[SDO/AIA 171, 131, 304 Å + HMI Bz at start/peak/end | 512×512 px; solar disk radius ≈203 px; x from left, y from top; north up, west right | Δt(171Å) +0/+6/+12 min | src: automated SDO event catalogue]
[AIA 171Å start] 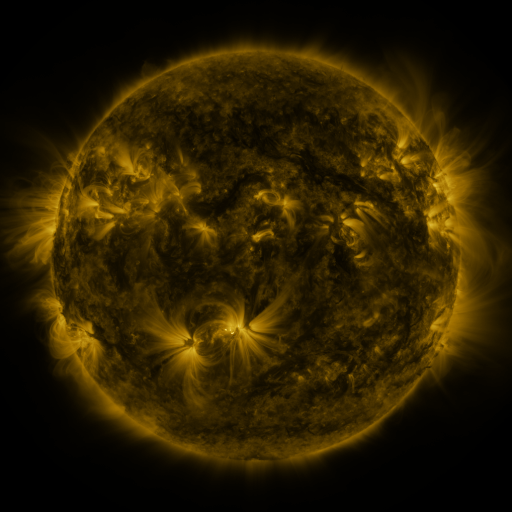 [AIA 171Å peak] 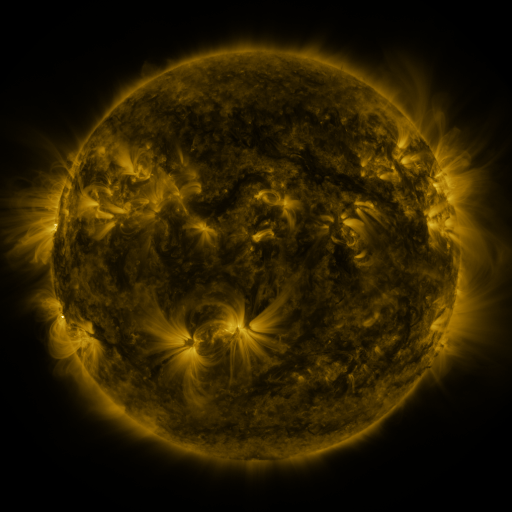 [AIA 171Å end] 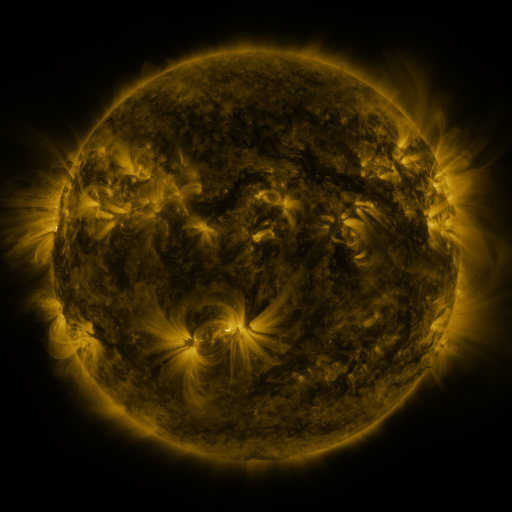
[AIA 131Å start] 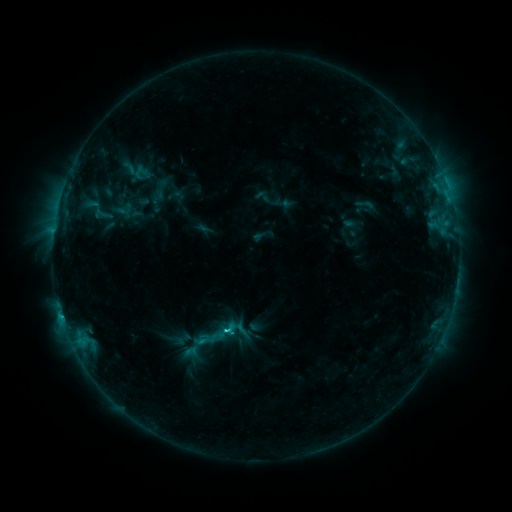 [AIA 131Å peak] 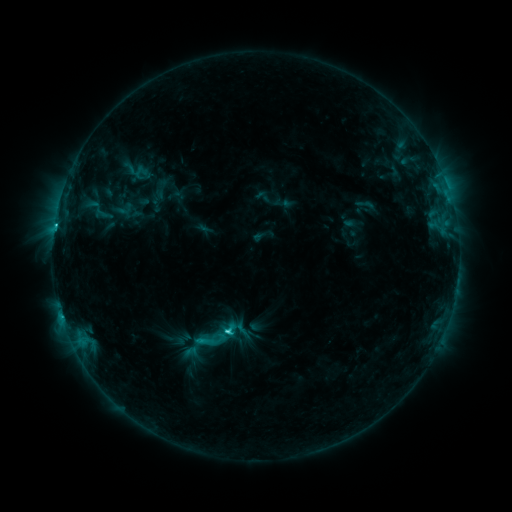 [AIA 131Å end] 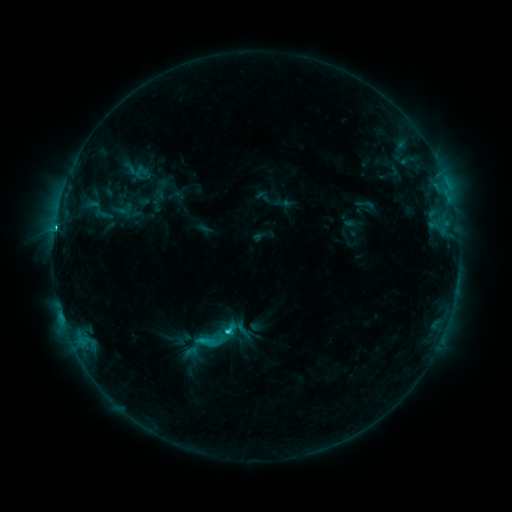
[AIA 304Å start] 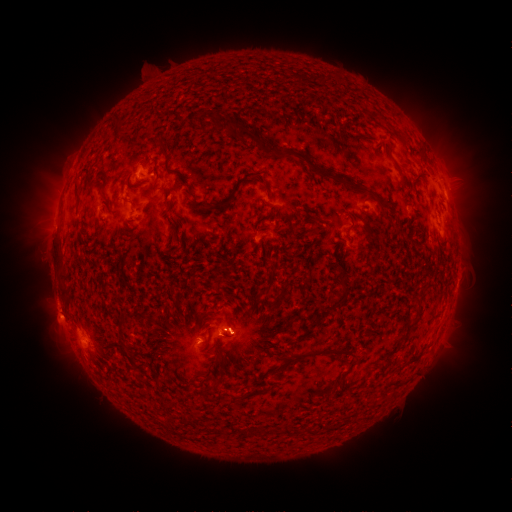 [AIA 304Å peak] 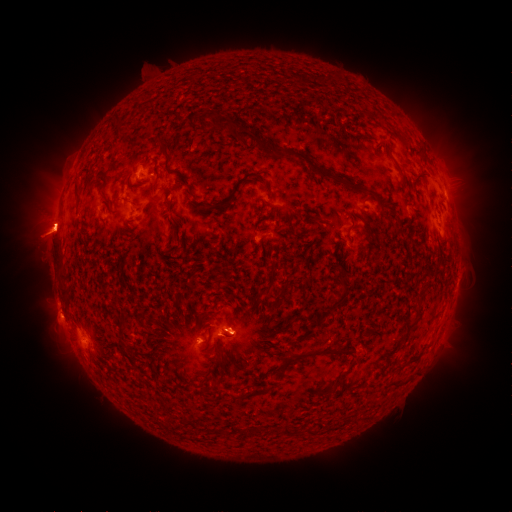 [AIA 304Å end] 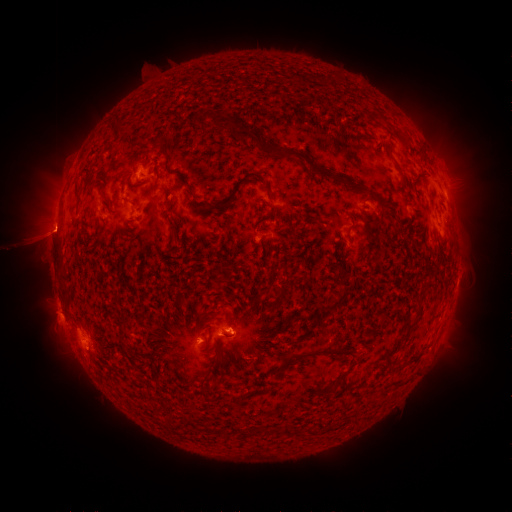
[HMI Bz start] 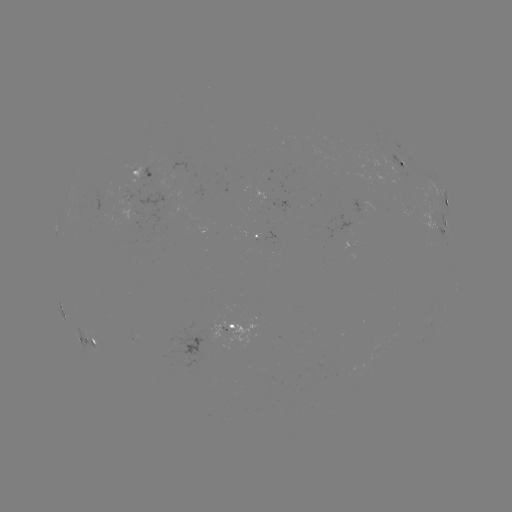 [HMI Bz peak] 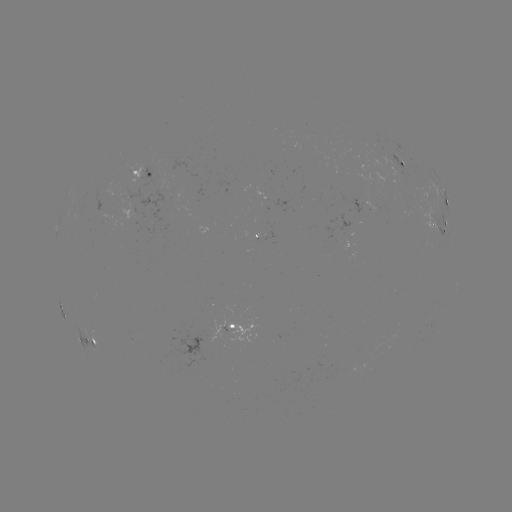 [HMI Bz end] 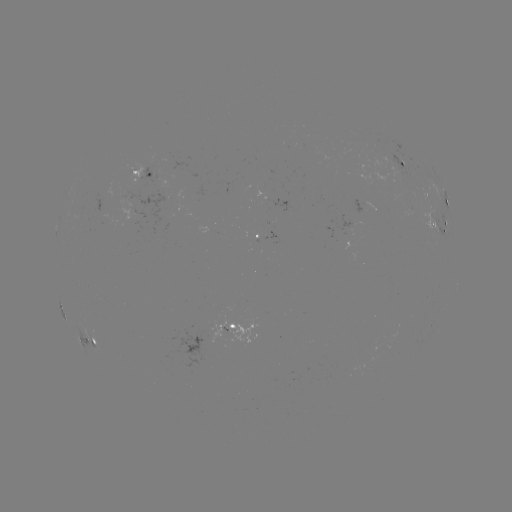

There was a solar flare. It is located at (229, 331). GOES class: C6.0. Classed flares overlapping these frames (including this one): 1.